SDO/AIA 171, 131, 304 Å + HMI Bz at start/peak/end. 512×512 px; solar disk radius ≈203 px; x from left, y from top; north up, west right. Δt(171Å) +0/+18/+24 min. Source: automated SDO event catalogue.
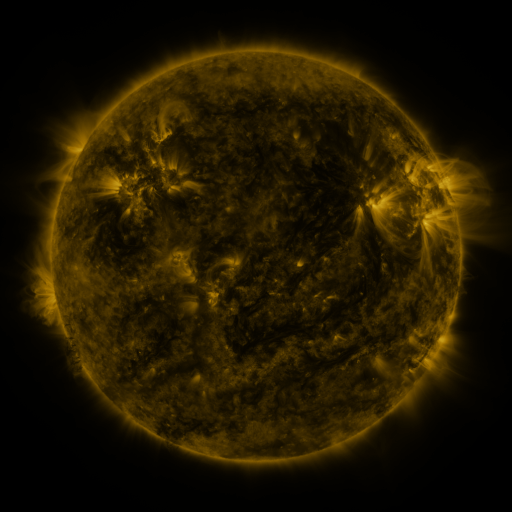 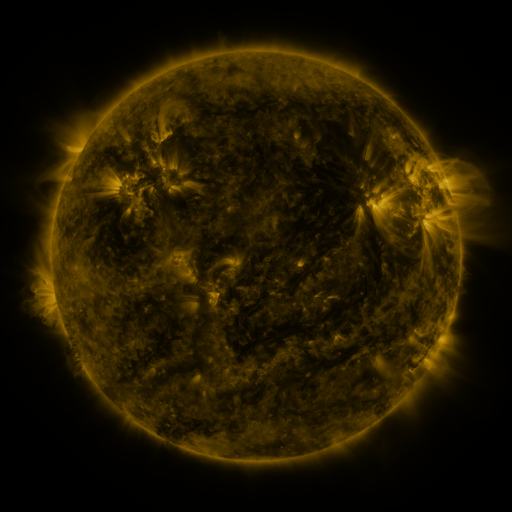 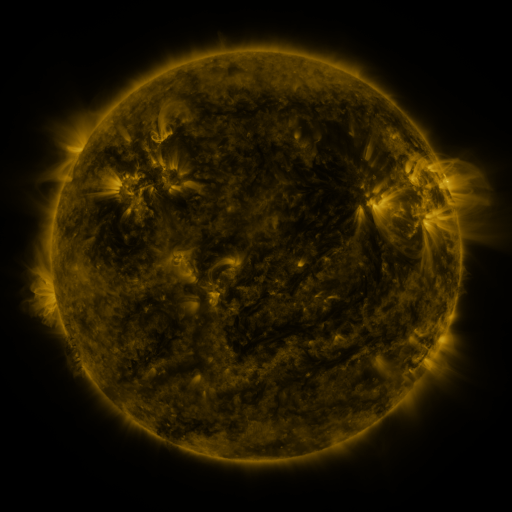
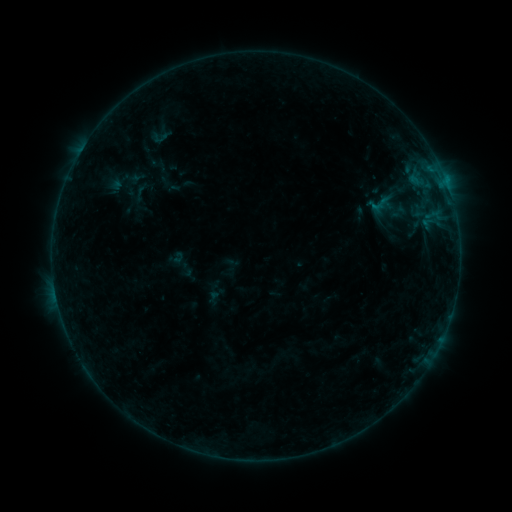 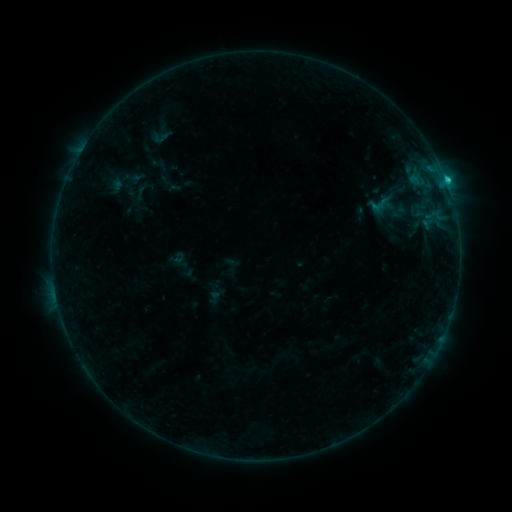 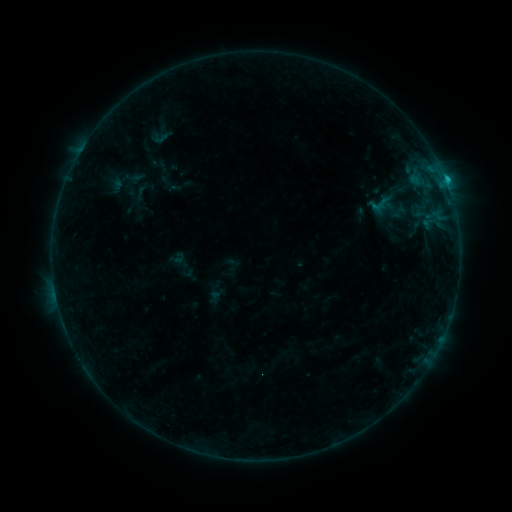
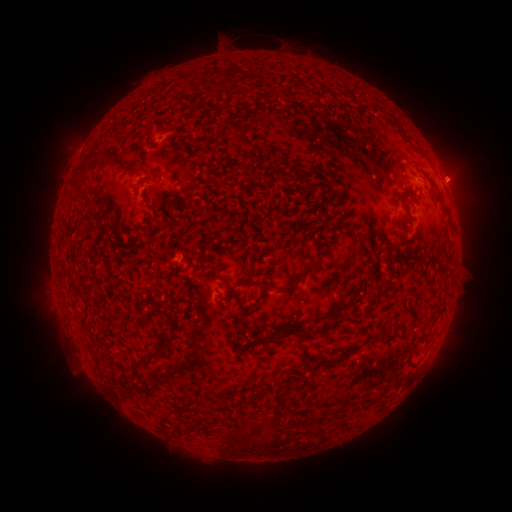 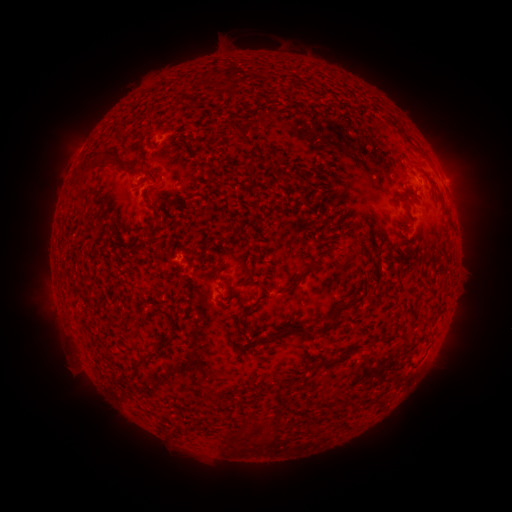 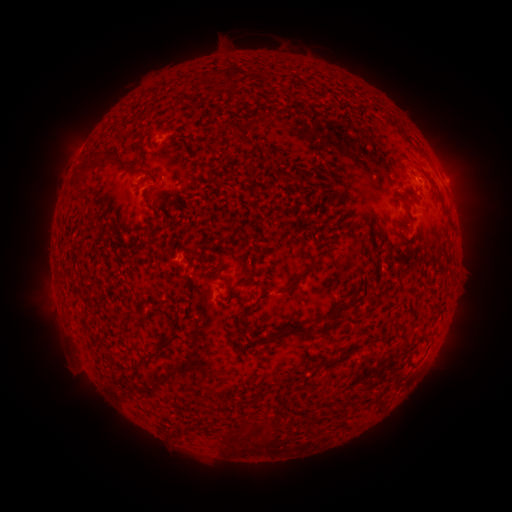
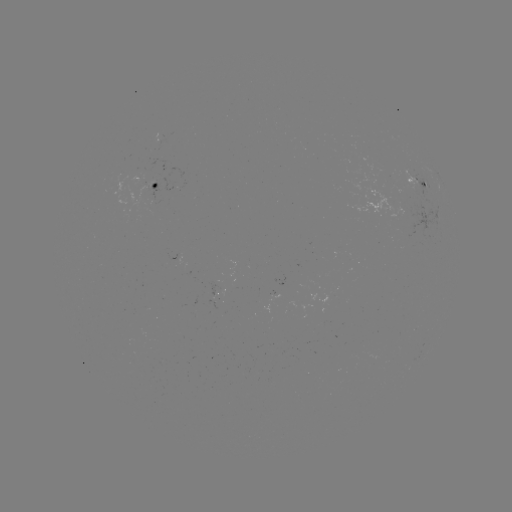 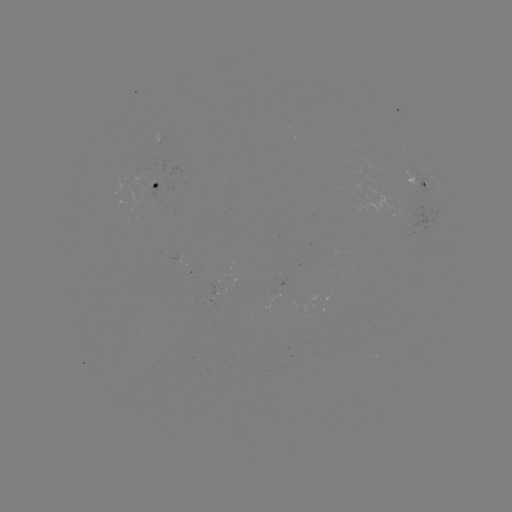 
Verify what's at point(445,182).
C1.0 flare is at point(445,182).